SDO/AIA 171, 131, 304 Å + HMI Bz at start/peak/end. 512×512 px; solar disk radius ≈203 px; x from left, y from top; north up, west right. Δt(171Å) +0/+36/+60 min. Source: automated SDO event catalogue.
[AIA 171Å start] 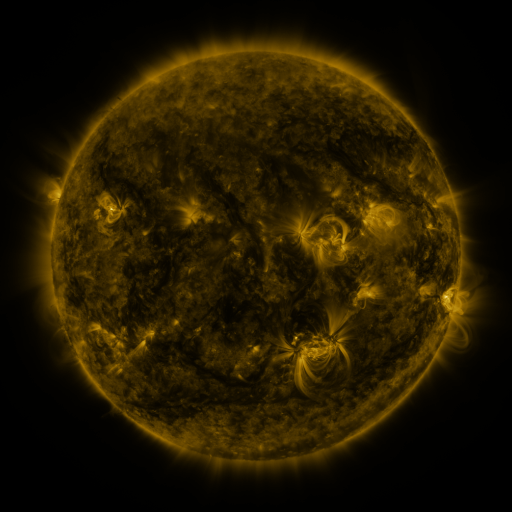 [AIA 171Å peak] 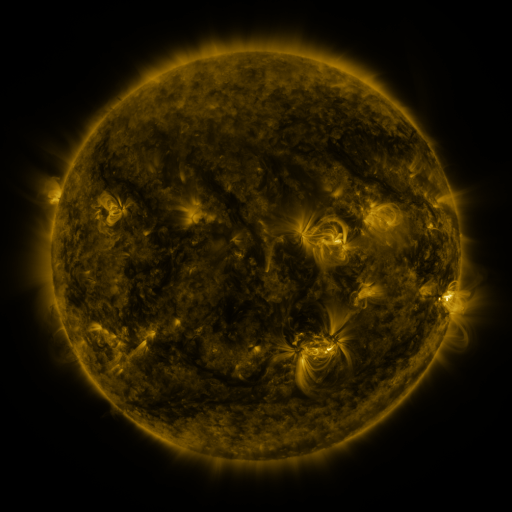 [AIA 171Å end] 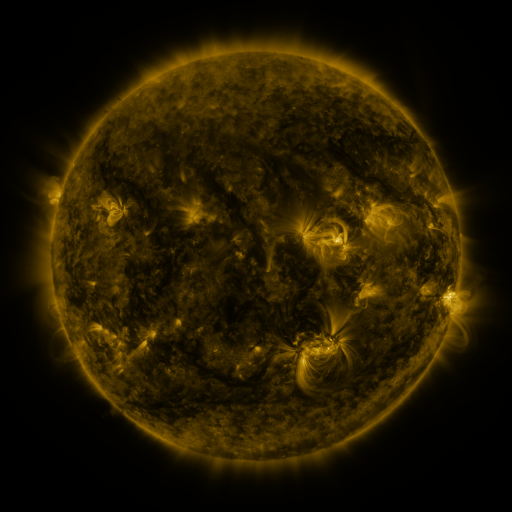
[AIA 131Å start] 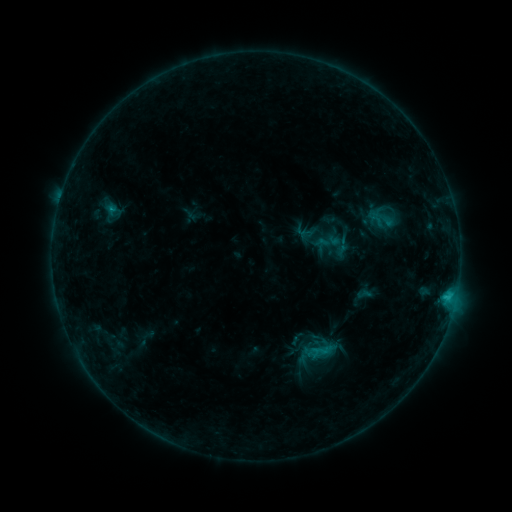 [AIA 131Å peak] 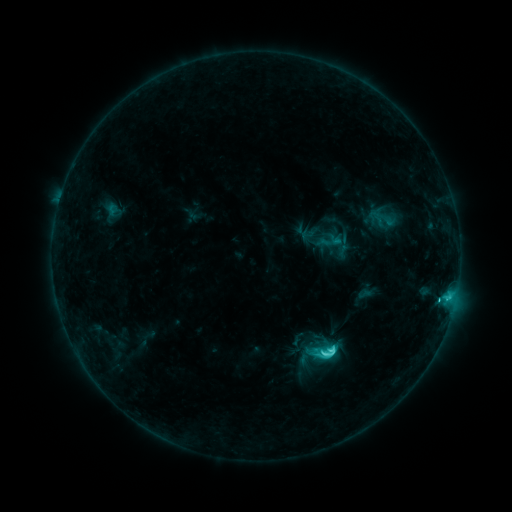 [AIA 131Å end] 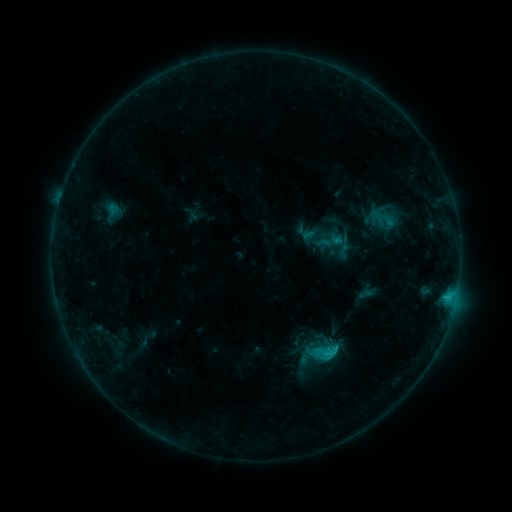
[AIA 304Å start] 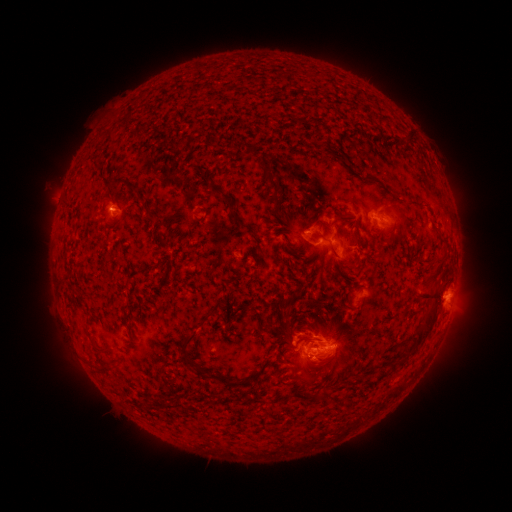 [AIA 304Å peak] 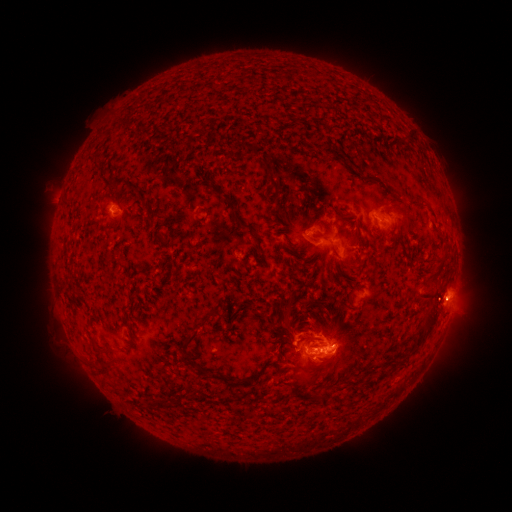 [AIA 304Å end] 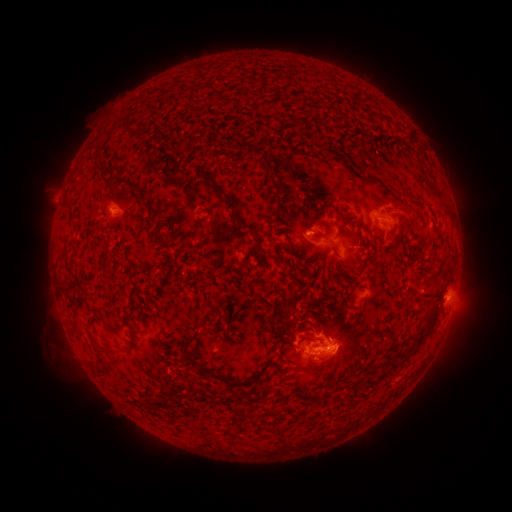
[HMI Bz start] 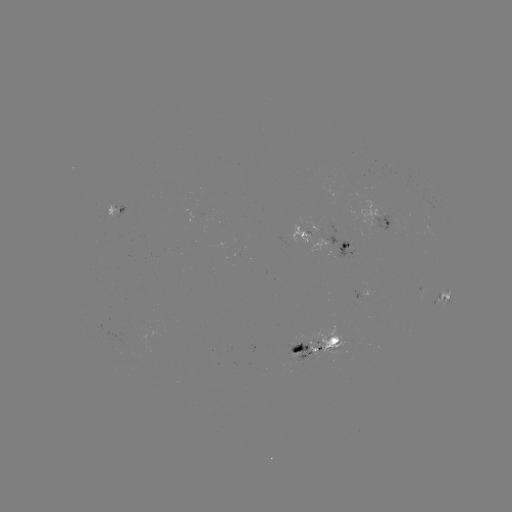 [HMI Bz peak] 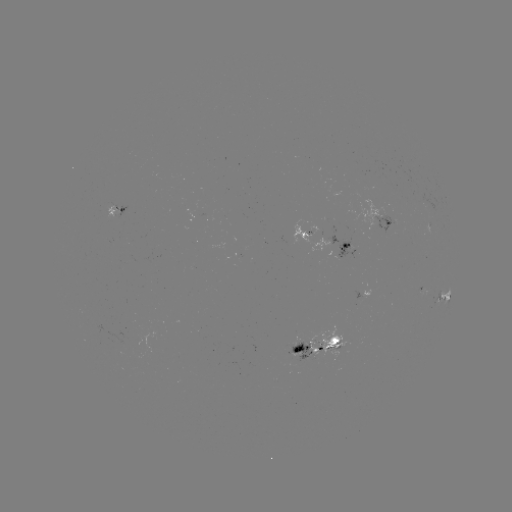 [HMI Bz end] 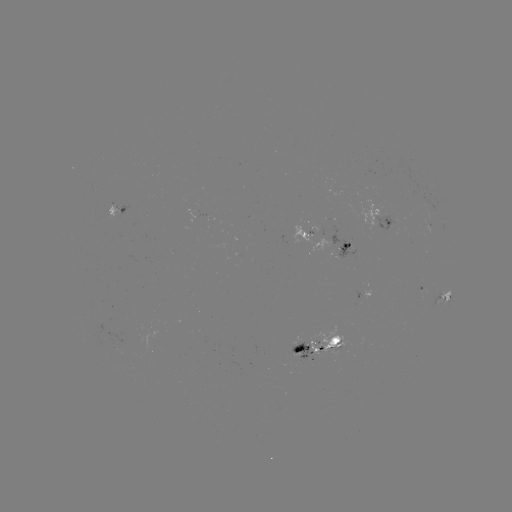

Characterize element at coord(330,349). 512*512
C4.5 flare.